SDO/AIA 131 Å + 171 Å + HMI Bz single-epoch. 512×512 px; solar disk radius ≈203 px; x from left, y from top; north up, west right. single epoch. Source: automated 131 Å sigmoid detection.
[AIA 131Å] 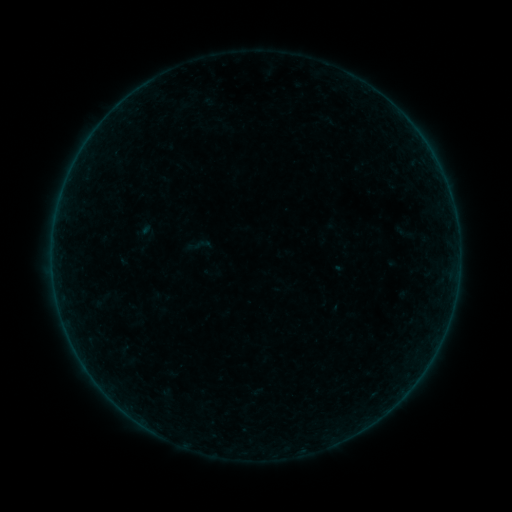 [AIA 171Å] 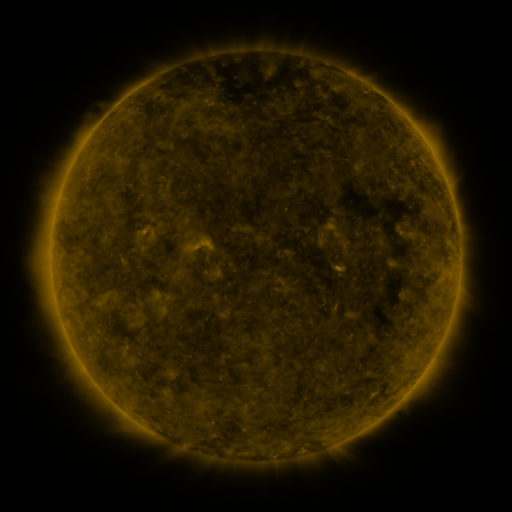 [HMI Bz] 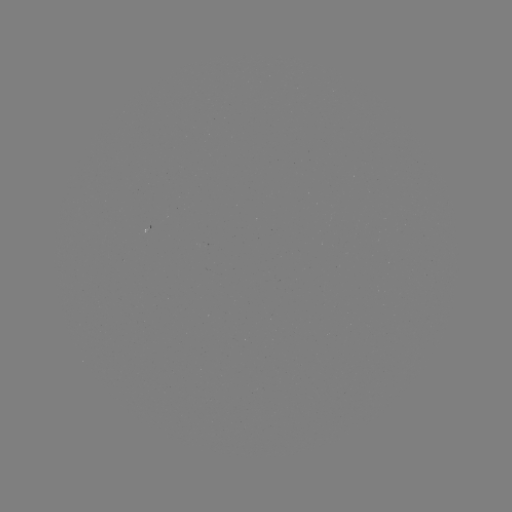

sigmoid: [194, 235, 212, 254]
